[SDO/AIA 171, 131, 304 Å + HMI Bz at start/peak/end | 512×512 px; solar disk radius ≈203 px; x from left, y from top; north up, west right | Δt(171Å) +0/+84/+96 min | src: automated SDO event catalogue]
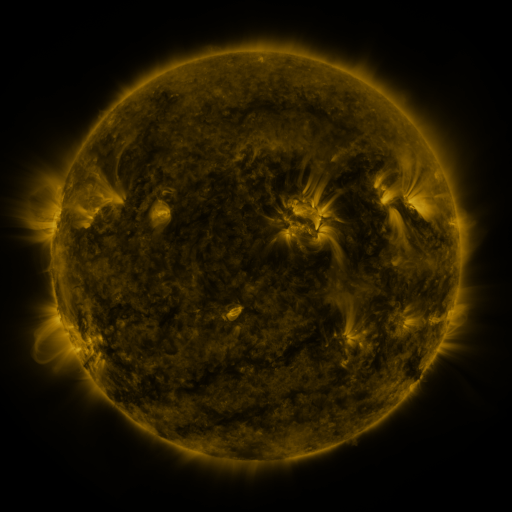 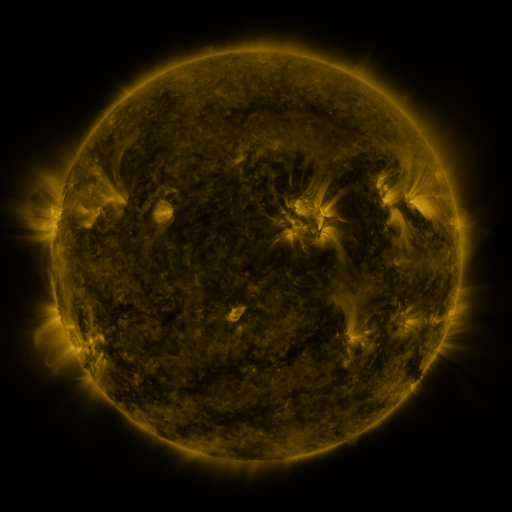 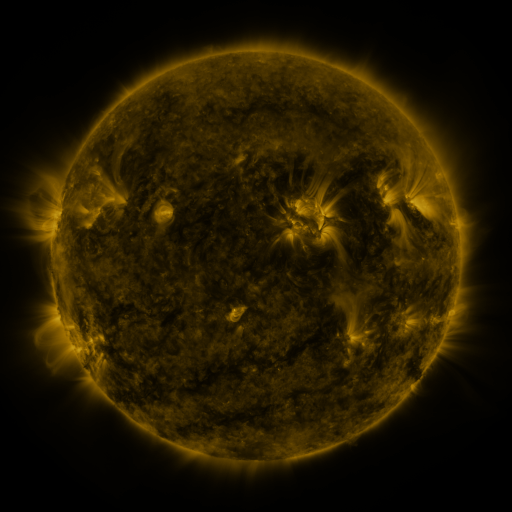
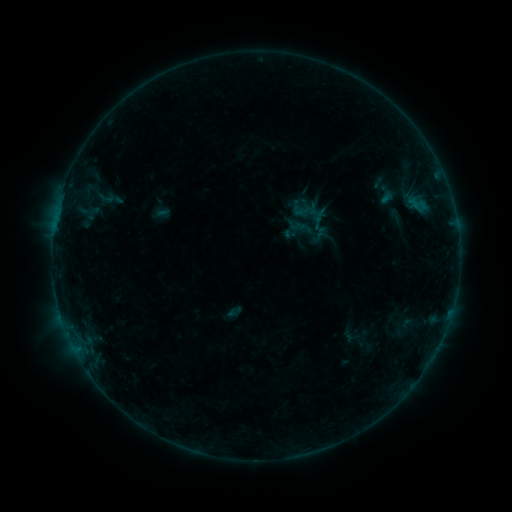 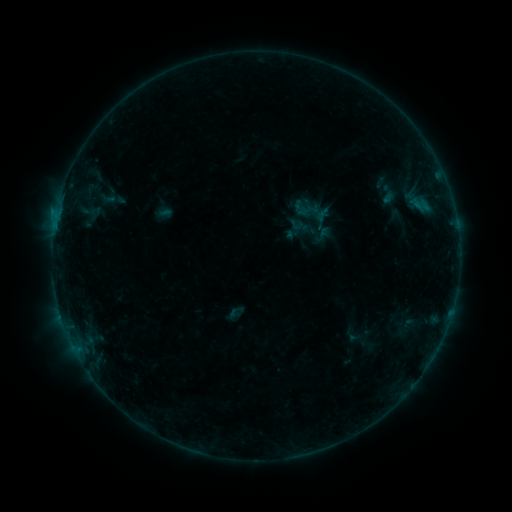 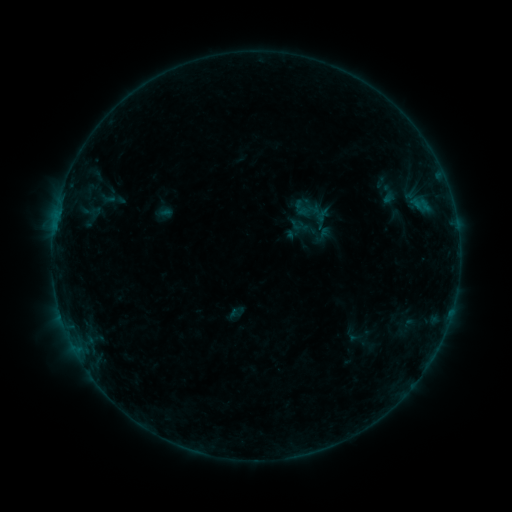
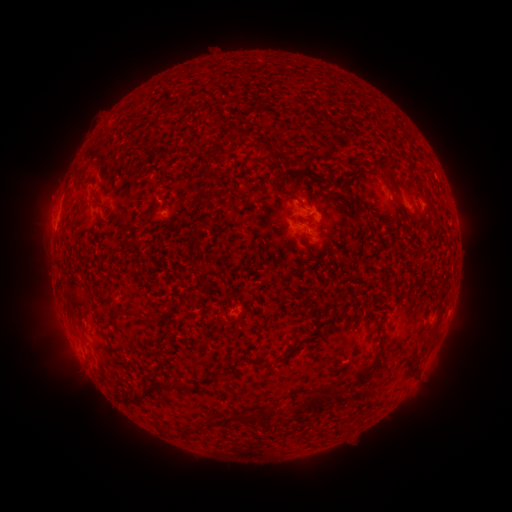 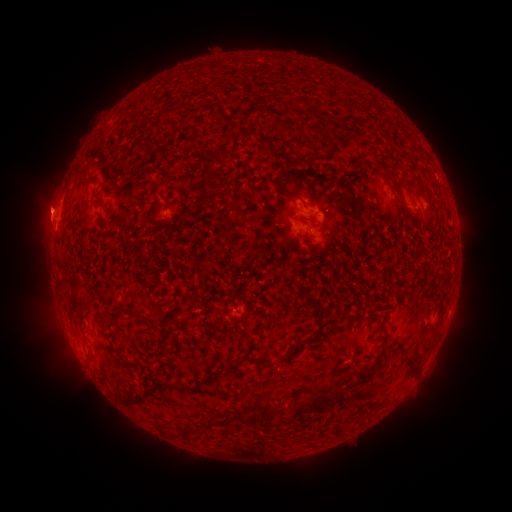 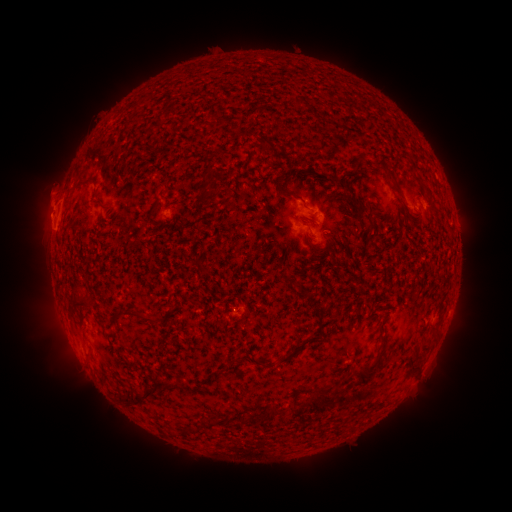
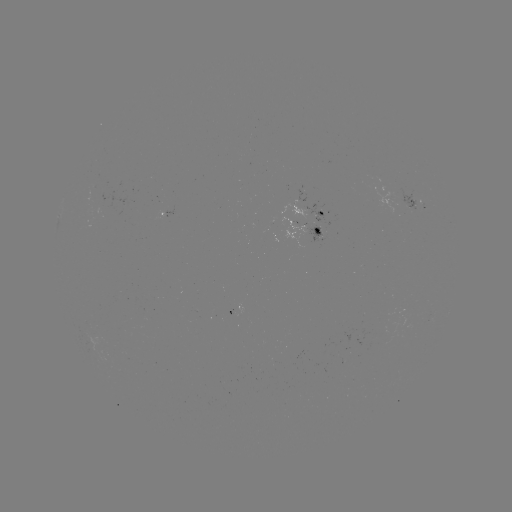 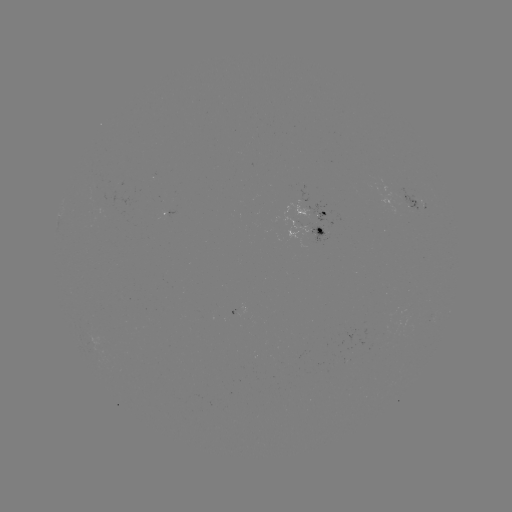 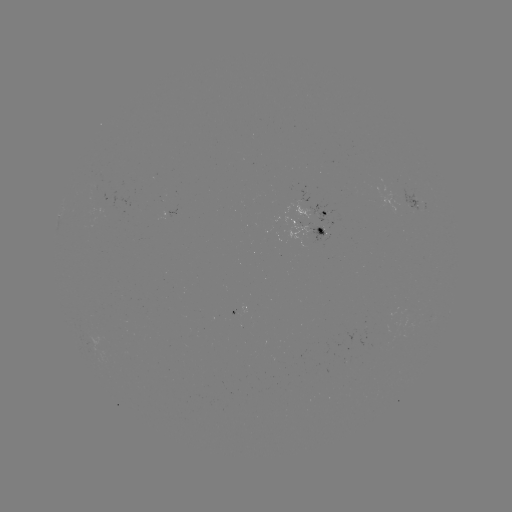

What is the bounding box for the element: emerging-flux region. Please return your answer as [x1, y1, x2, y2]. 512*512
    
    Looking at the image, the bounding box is [395, 189, 422, 211].